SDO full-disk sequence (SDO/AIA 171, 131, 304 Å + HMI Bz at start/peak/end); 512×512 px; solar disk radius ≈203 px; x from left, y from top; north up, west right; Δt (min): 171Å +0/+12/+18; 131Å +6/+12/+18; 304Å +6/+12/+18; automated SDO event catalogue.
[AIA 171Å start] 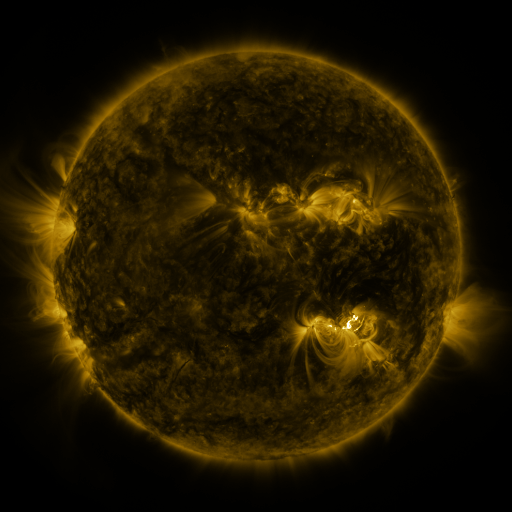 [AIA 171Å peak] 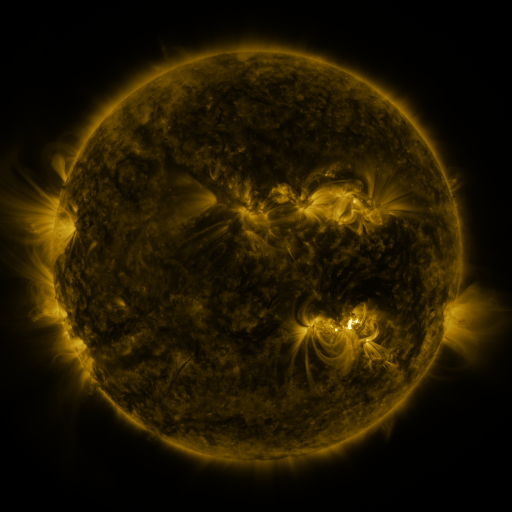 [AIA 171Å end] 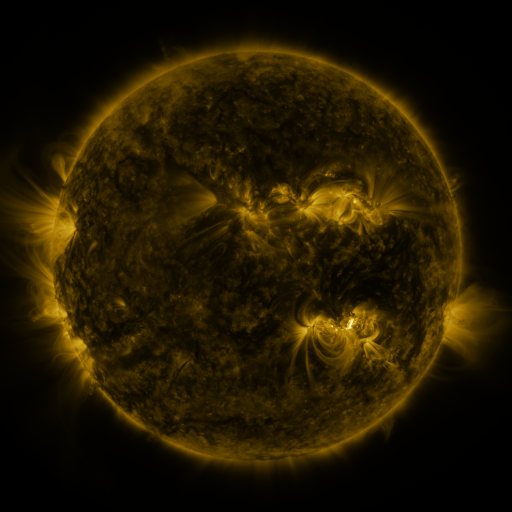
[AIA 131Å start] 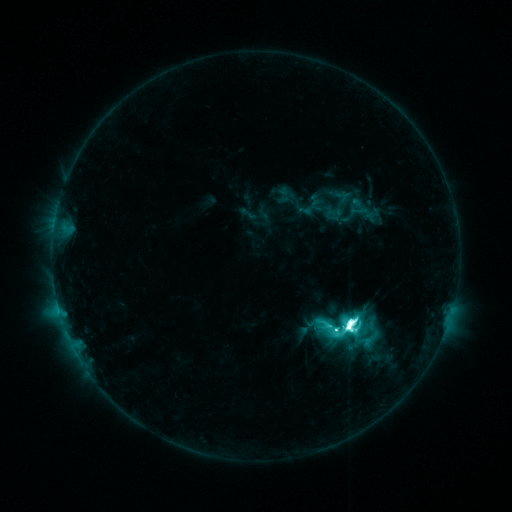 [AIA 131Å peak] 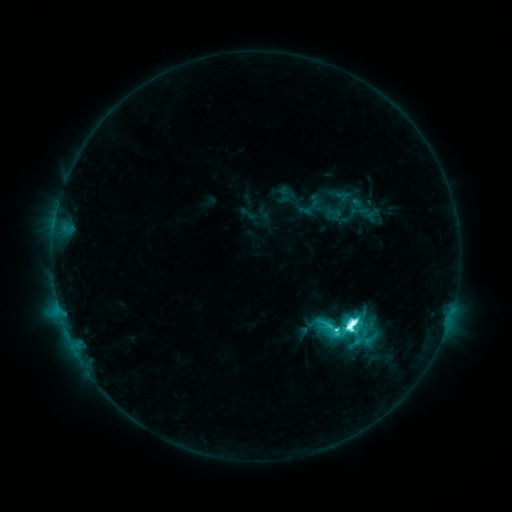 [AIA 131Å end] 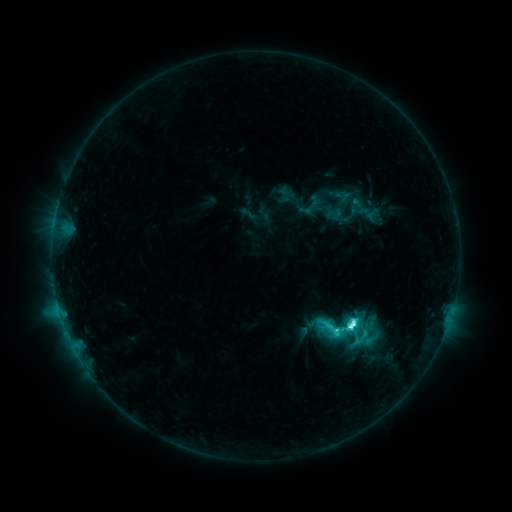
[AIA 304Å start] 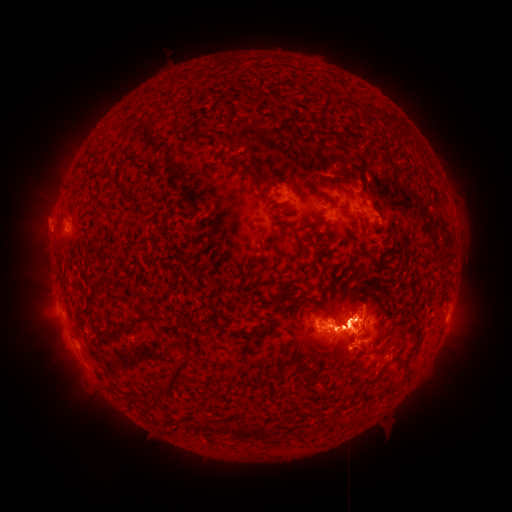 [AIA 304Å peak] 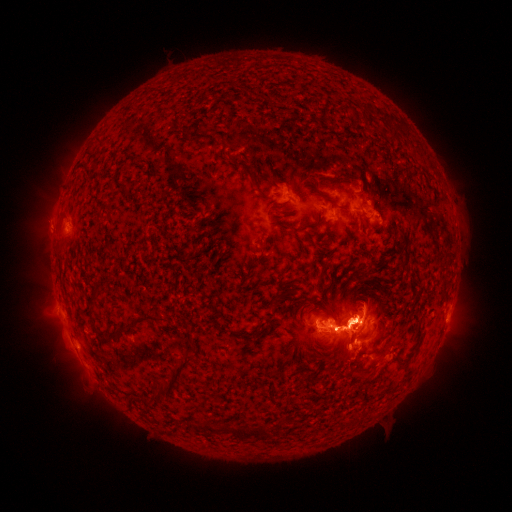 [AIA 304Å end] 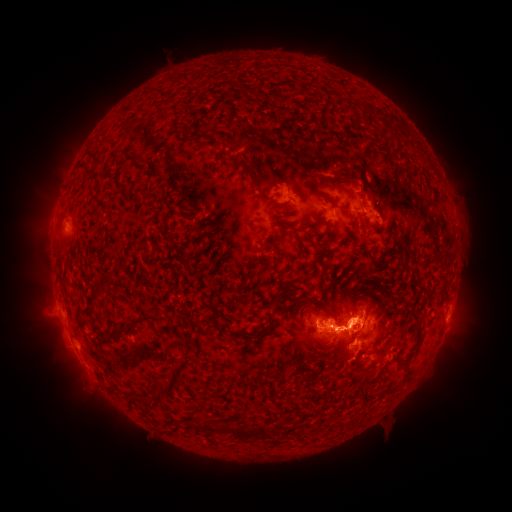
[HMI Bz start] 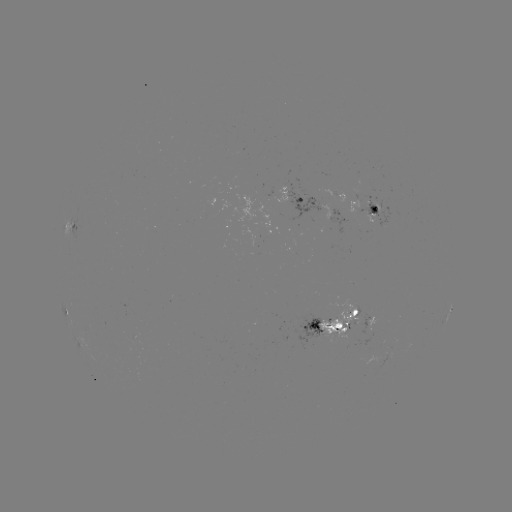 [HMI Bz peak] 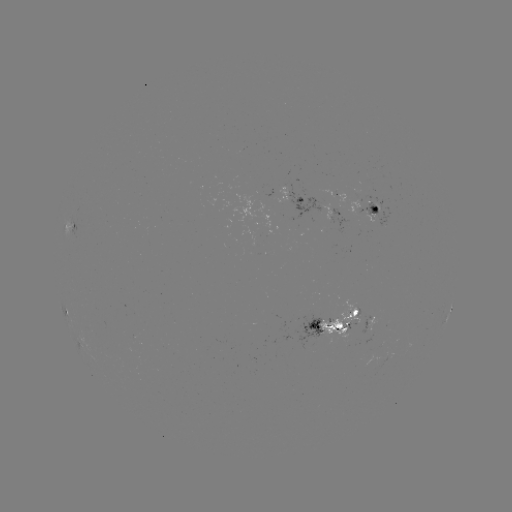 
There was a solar eruption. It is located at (57, 333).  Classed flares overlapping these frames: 1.